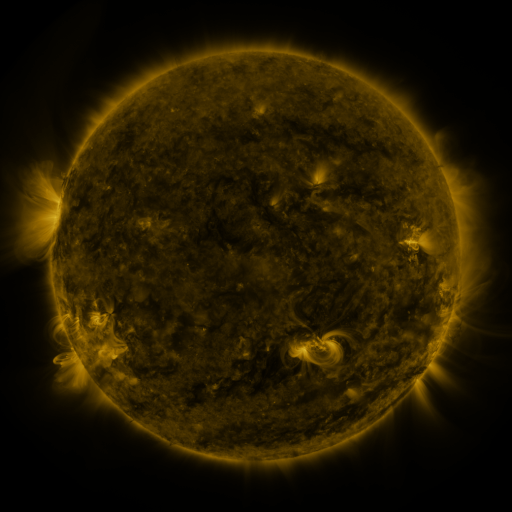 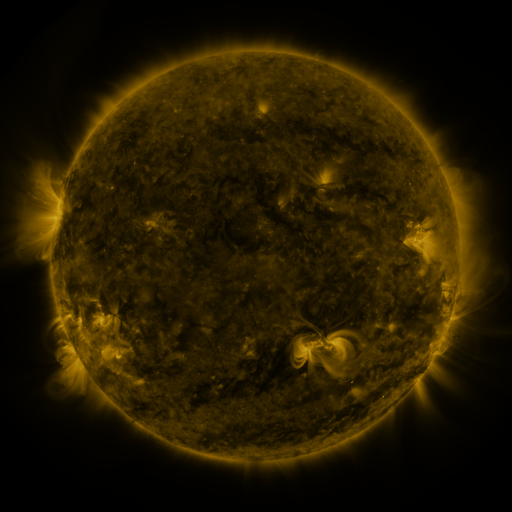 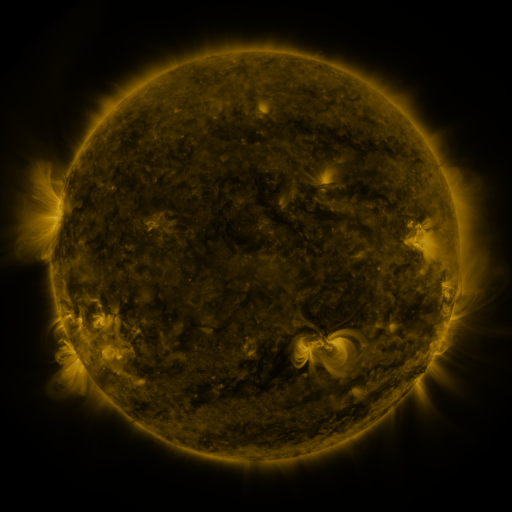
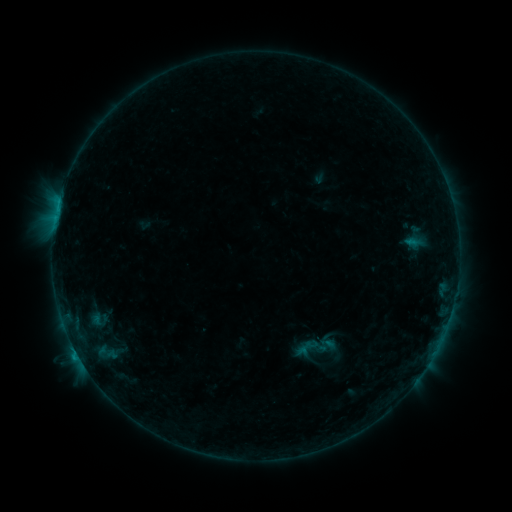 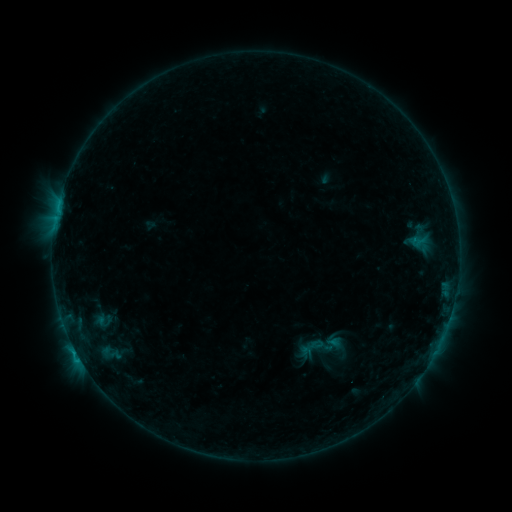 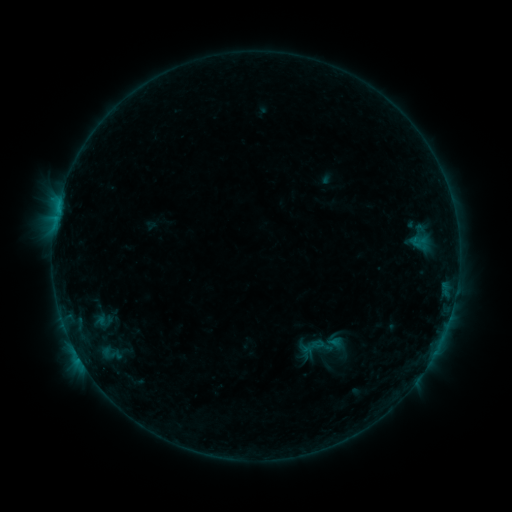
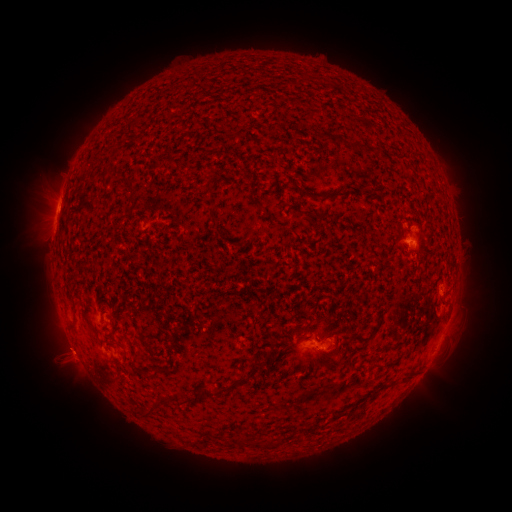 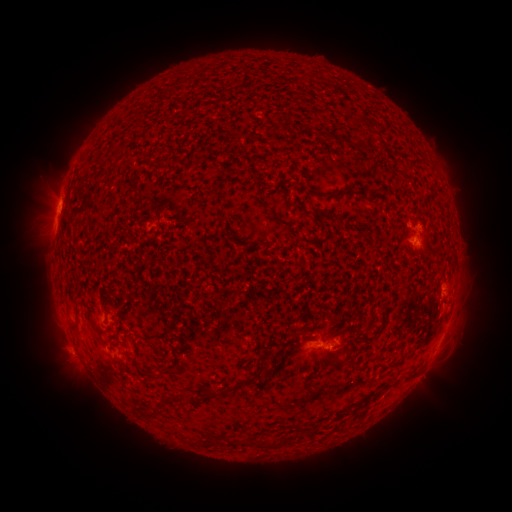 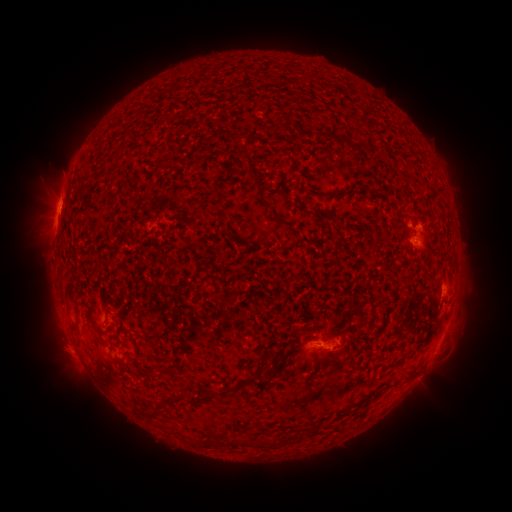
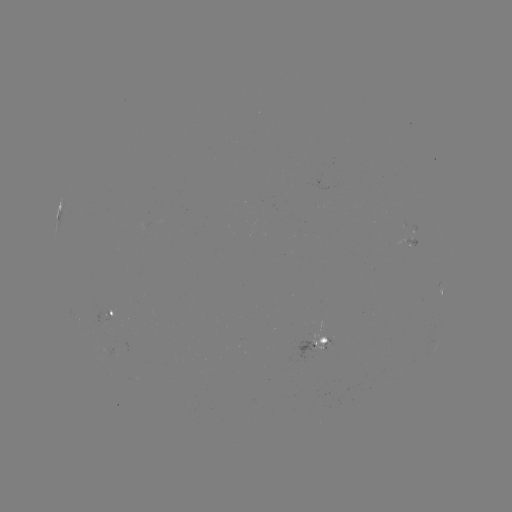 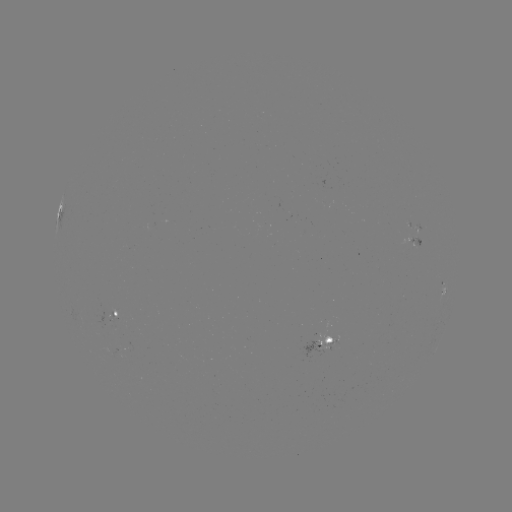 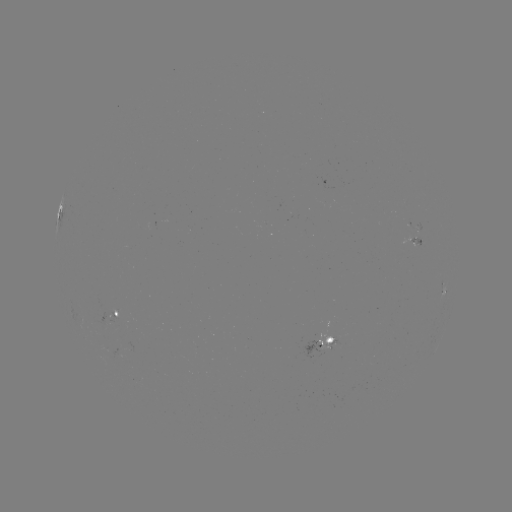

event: emerging-flux region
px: (415, 240)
